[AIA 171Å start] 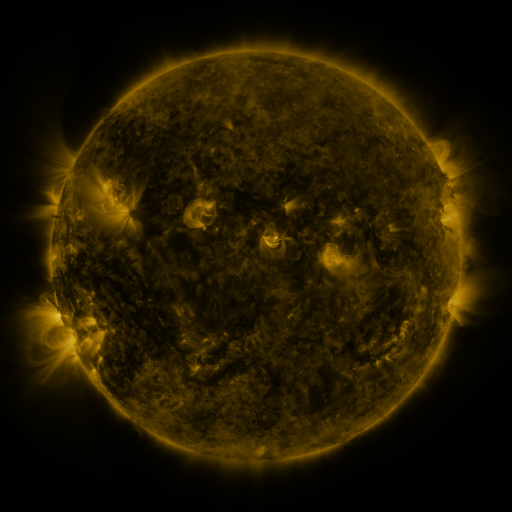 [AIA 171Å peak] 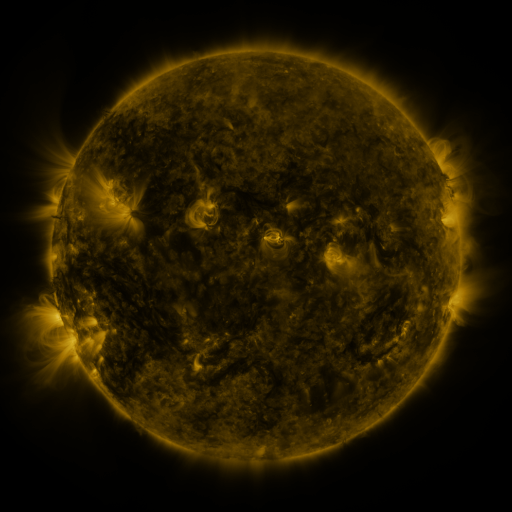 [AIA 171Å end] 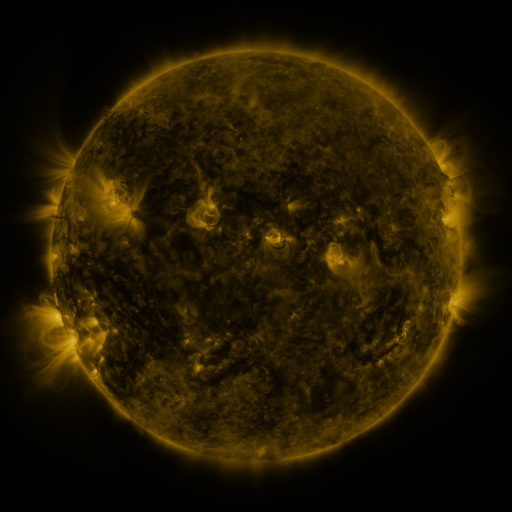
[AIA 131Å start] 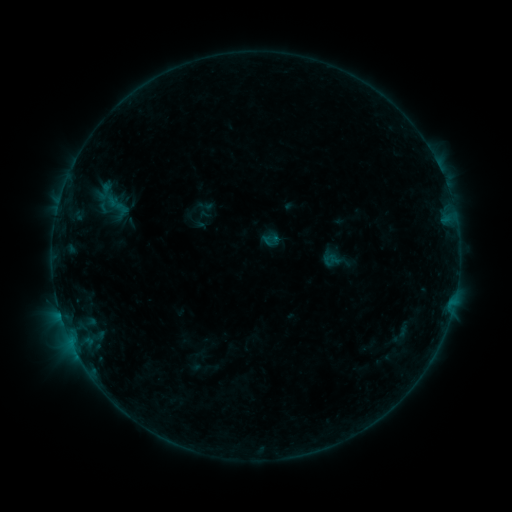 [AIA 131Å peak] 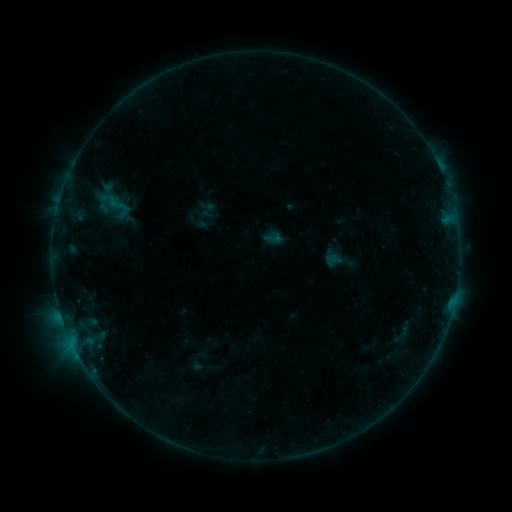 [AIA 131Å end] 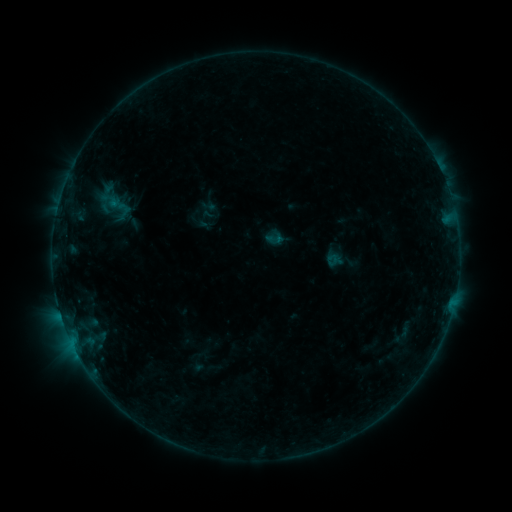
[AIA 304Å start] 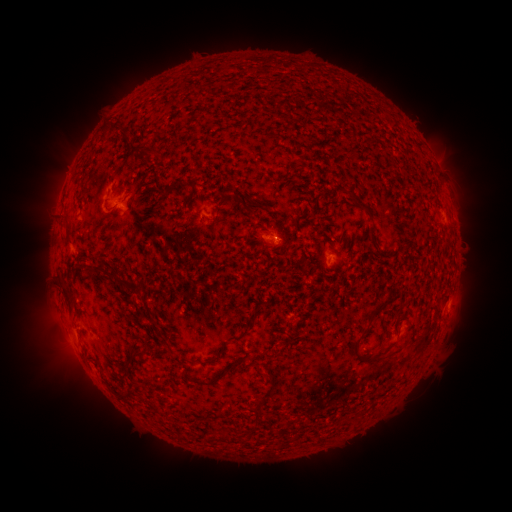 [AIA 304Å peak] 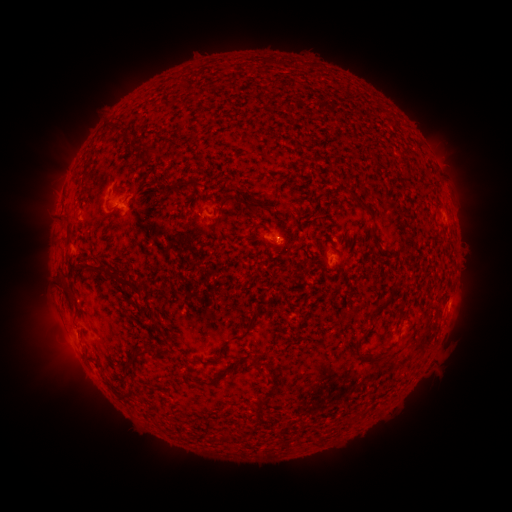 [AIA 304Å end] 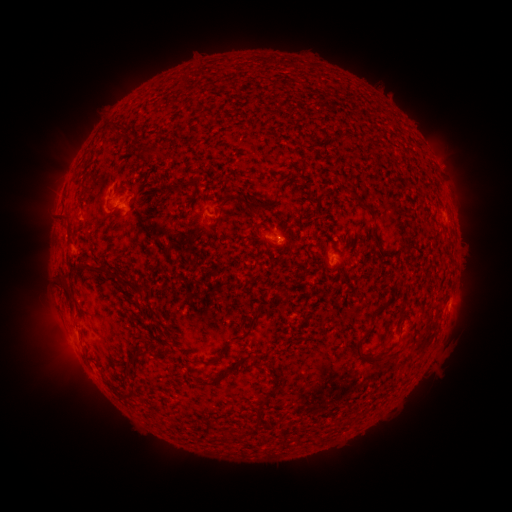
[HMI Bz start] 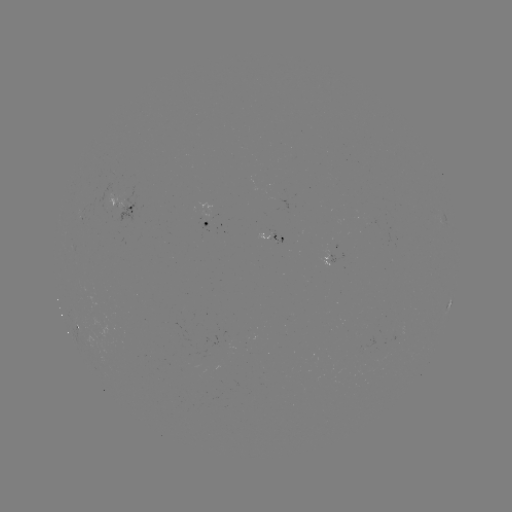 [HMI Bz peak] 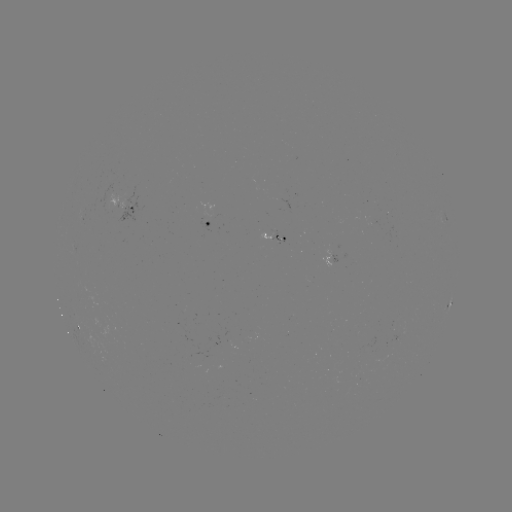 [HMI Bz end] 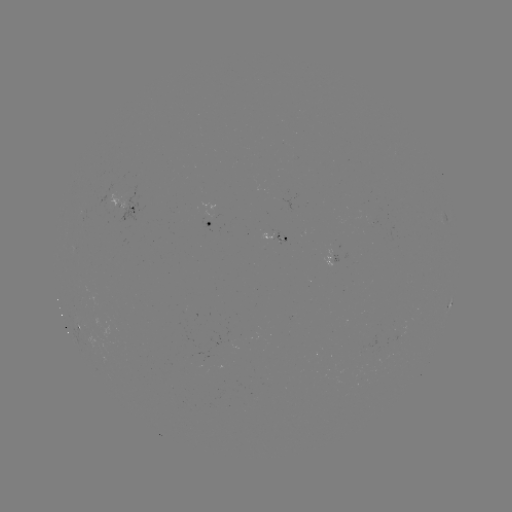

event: emerging-flux region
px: (279, 239)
